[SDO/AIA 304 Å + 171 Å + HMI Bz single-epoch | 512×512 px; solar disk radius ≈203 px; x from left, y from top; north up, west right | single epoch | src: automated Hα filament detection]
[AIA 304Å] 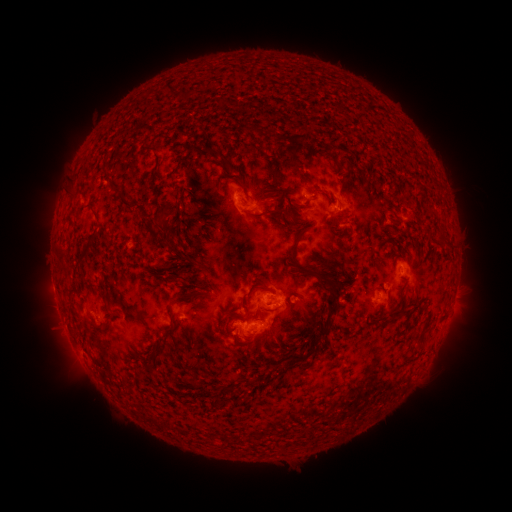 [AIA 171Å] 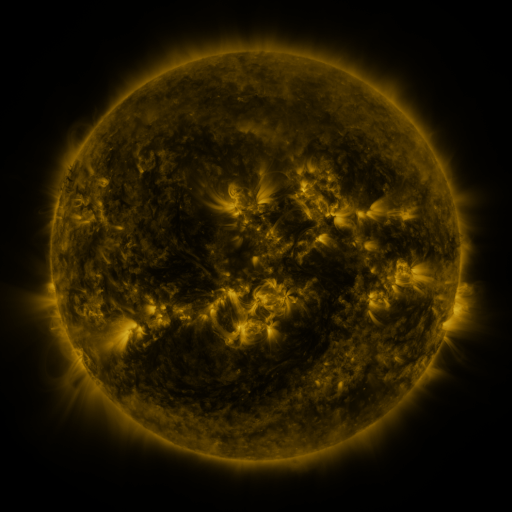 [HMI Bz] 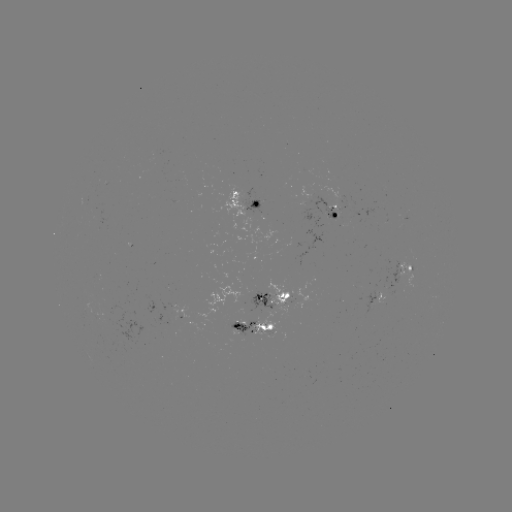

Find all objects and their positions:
filament: (164, 93)
filament: (183, 97)
filament: (209, 153)
filament: (104, 168)
filament: (152, 182)
filament: (240, 184)
filament: (115, 190)
filament: (323, 192)
filament: (71, 193)
filament: (265, 195)
filament: (266, 212)
filament: (158, 224)
filament: (286, 232)
filament: (171, 243)
filament: (88, 249)
filament: (66, 272)
filament: (323, 281)
filament: (249, 292)
filament: (298, 294)
filament: (207, 295)
filament: (104, 297)
filament: (397, 300)
filament: (172, 315)
filament: (95, 327)
filament: (303, 356)
